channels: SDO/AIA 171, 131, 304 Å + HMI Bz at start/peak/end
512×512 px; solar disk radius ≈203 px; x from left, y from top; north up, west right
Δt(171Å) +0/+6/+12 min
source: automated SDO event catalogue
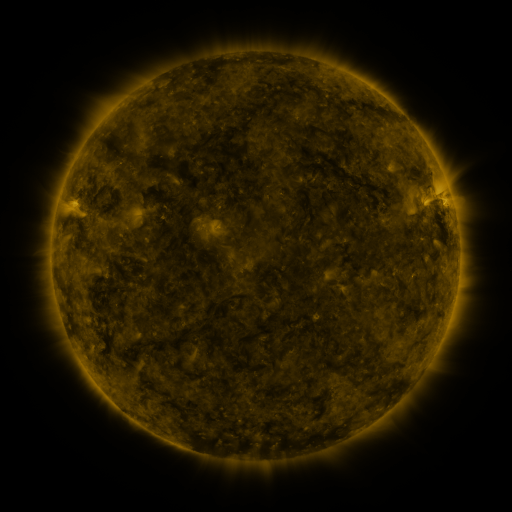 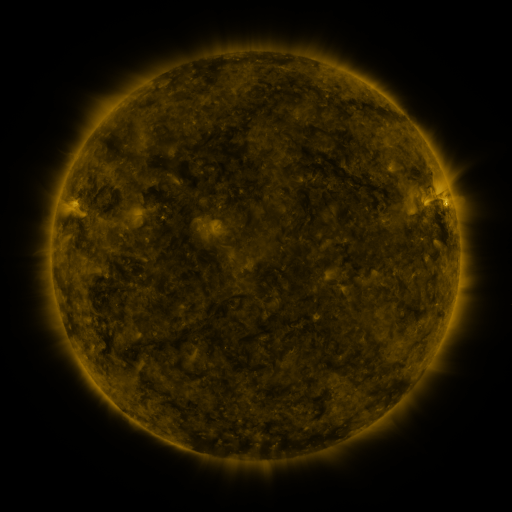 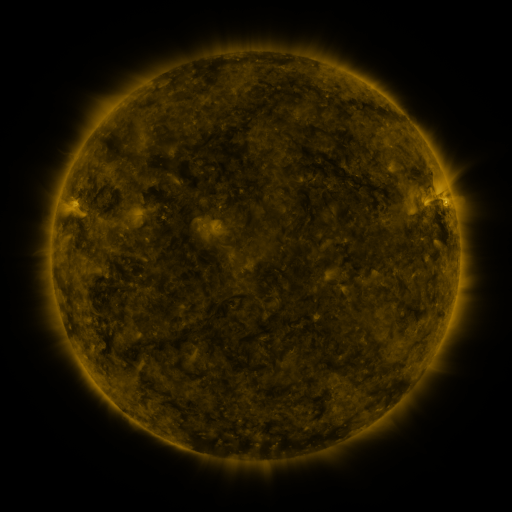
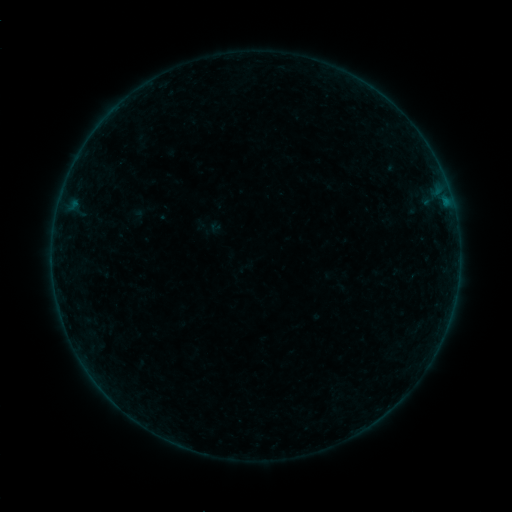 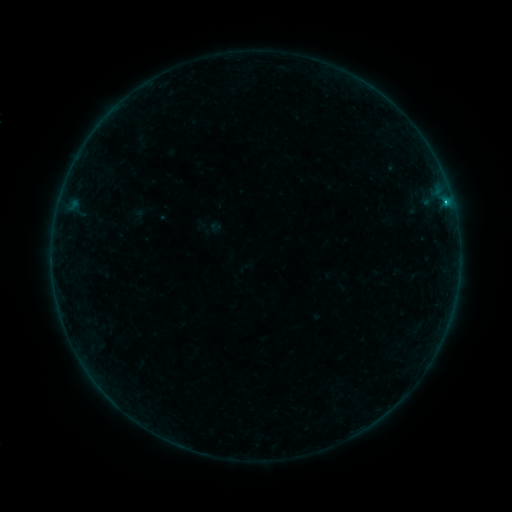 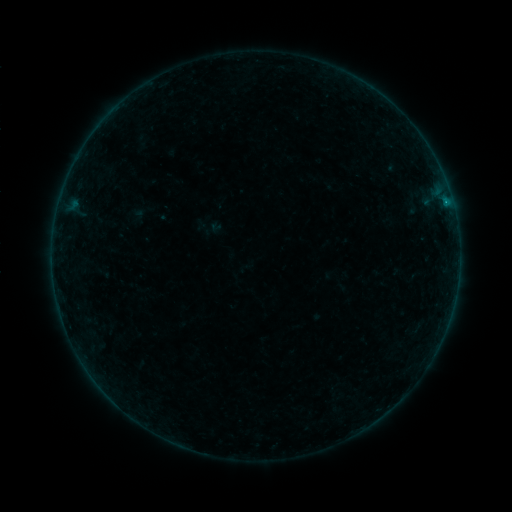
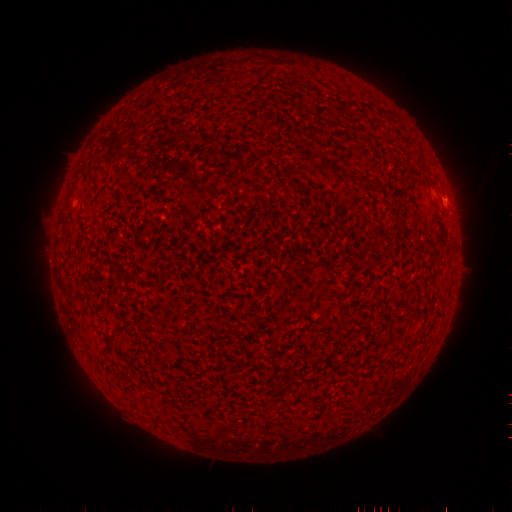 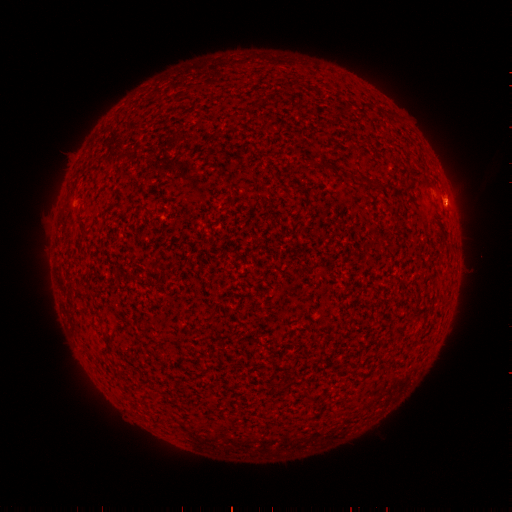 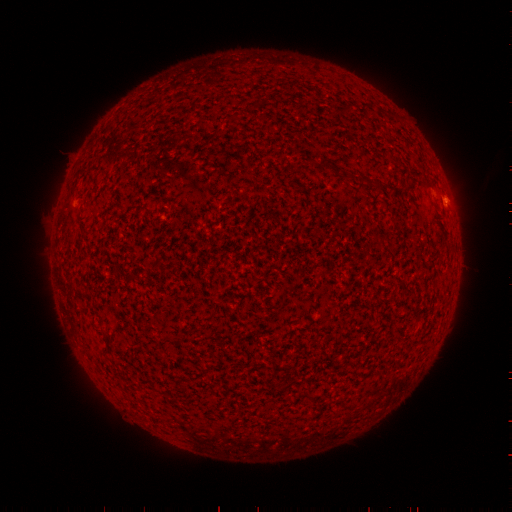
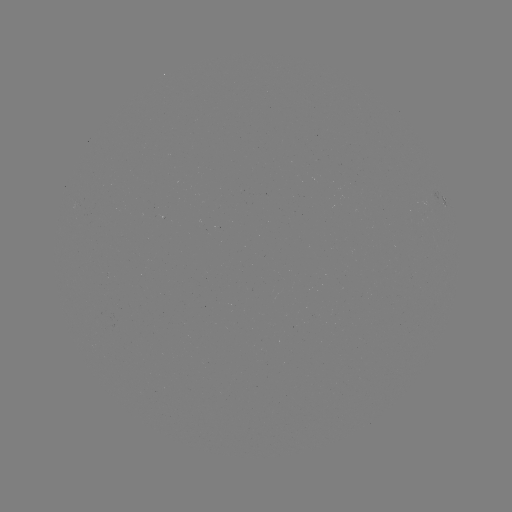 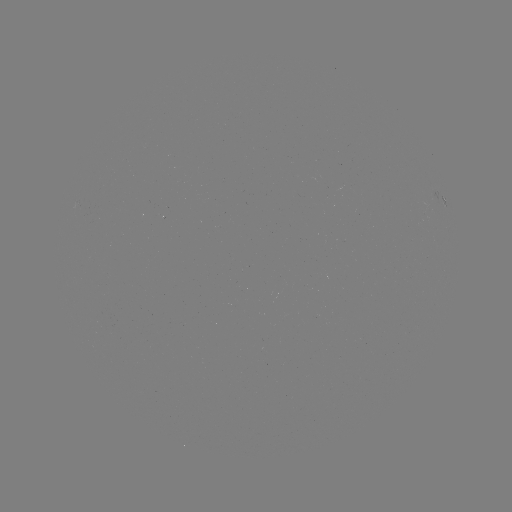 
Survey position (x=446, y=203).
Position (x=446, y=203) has B7.3 flare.